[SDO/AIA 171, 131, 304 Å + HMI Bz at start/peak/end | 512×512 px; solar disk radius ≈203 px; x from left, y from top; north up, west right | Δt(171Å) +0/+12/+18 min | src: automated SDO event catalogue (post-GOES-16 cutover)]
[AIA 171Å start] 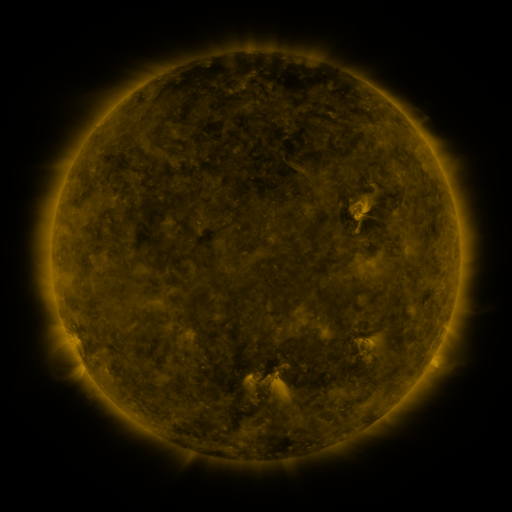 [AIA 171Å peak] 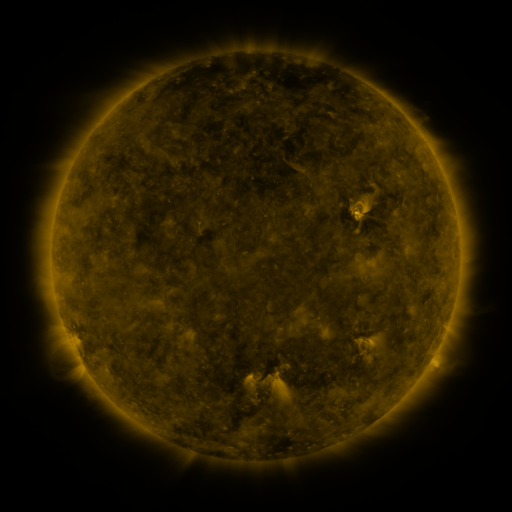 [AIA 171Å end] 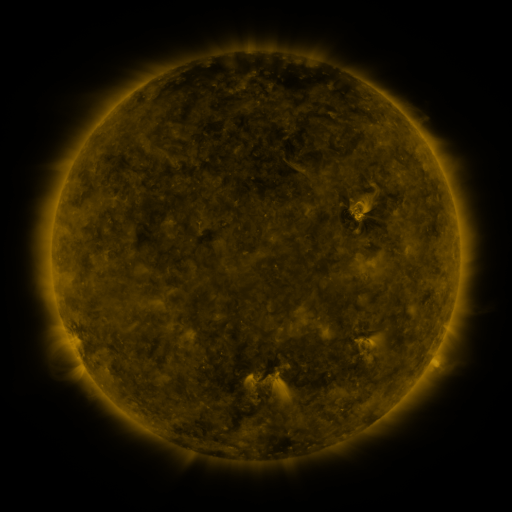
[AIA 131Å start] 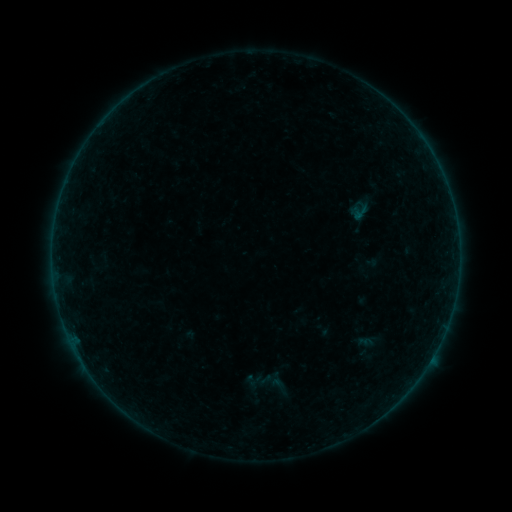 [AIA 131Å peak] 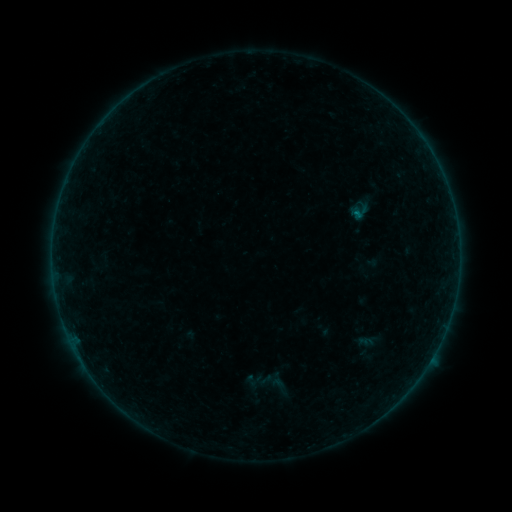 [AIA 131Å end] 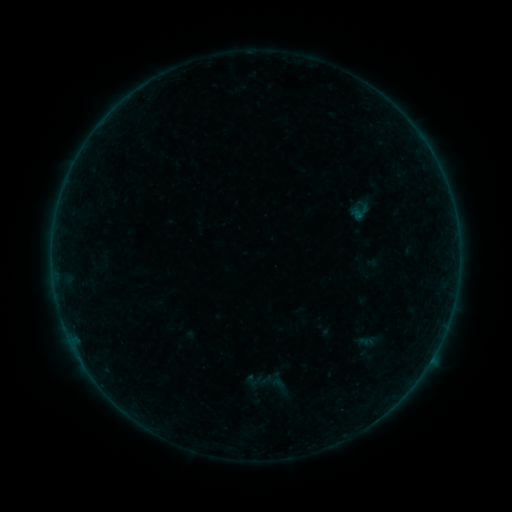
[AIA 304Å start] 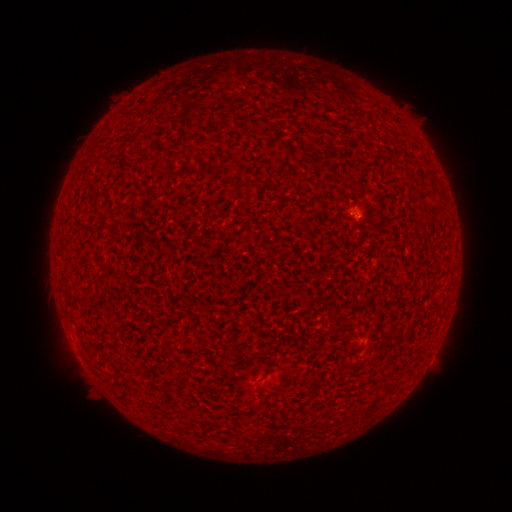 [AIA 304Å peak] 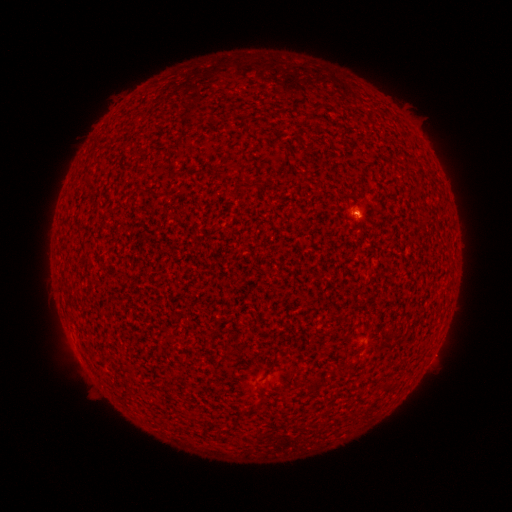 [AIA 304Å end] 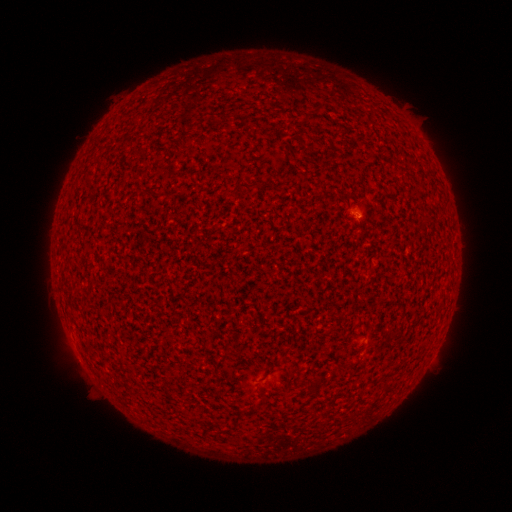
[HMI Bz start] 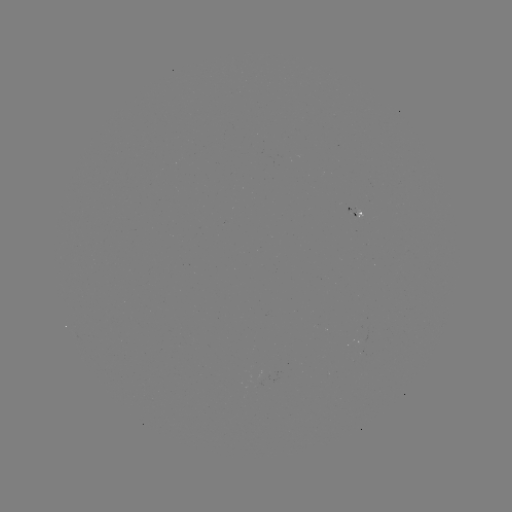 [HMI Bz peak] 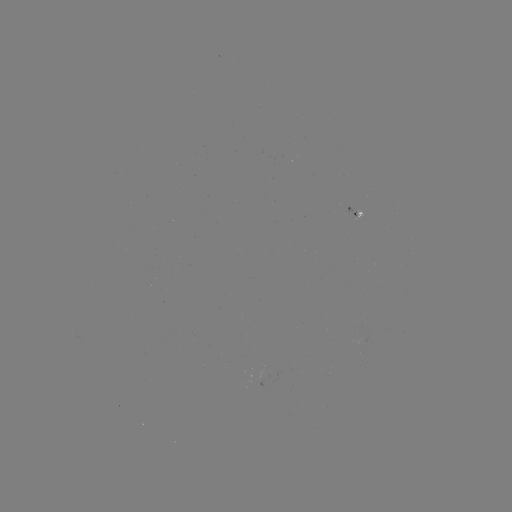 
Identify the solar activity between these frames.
A7.1 flare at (356, 216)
